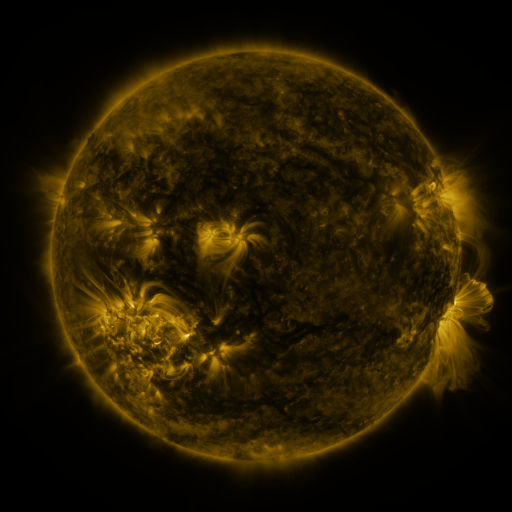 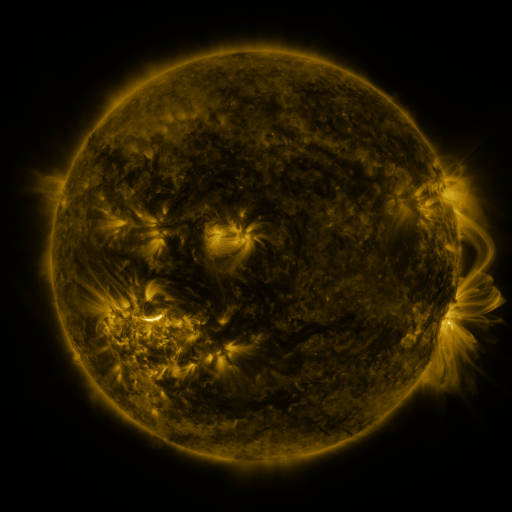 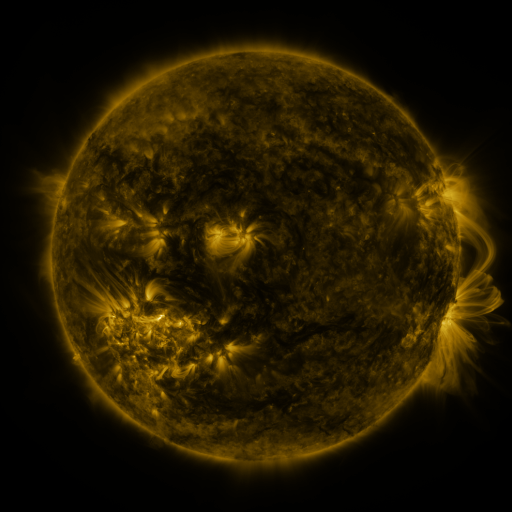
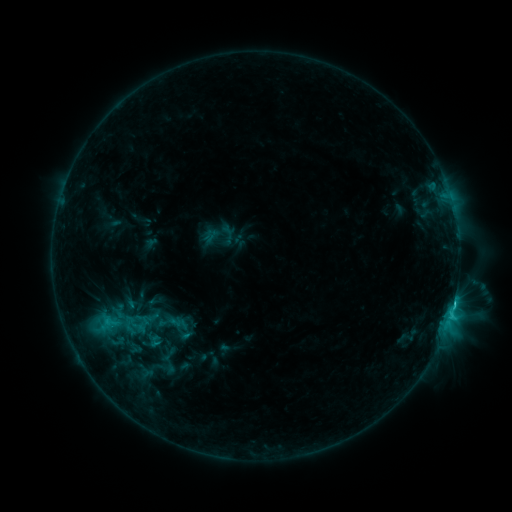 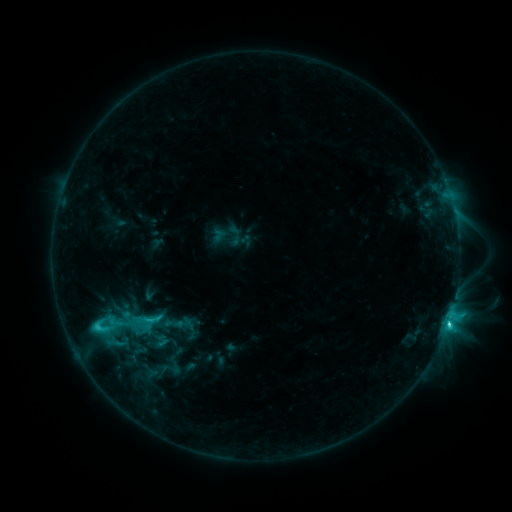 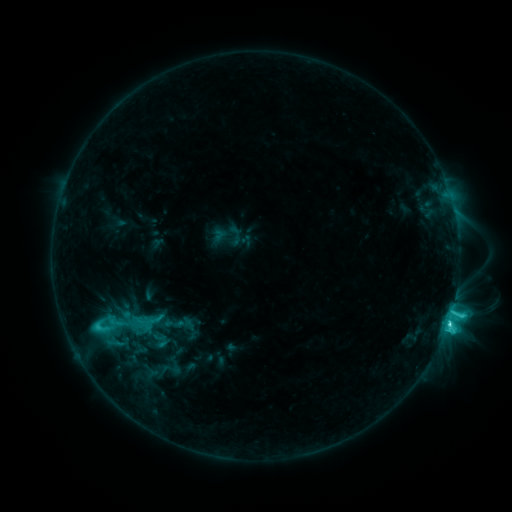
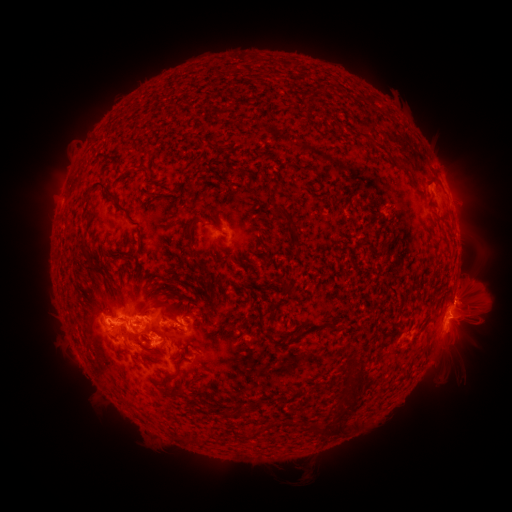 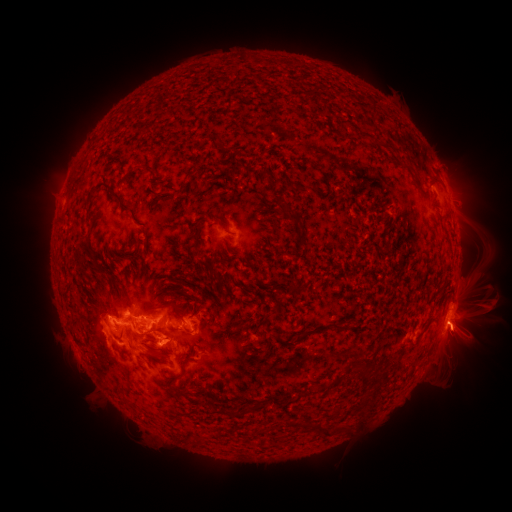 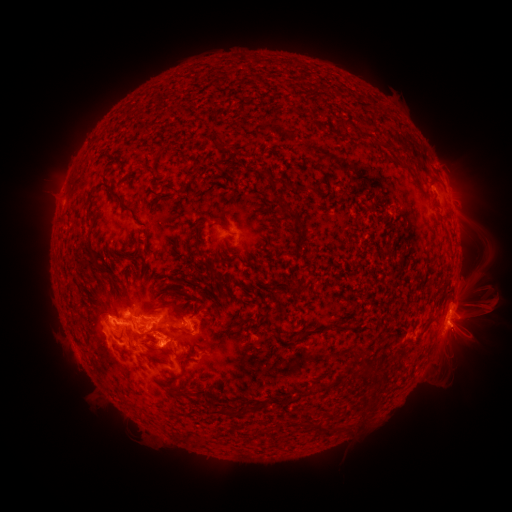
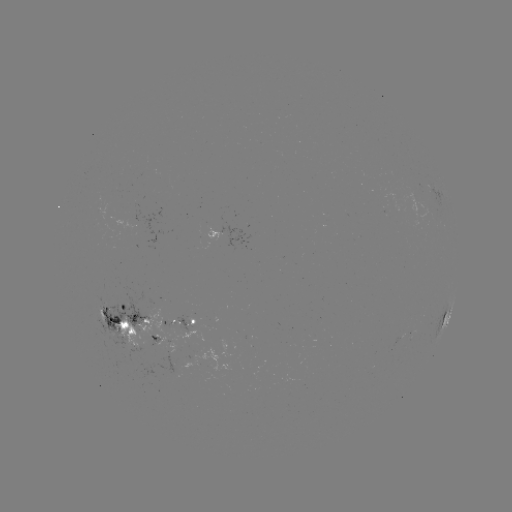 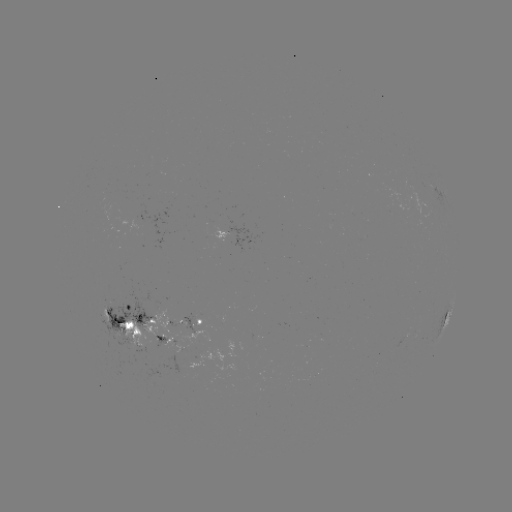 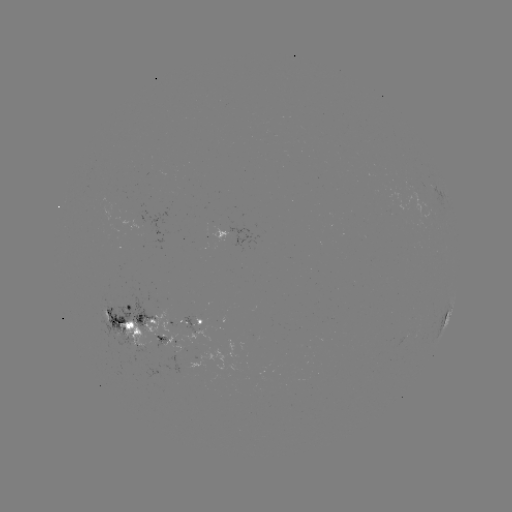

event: emerging-flux region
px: (145, 333)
